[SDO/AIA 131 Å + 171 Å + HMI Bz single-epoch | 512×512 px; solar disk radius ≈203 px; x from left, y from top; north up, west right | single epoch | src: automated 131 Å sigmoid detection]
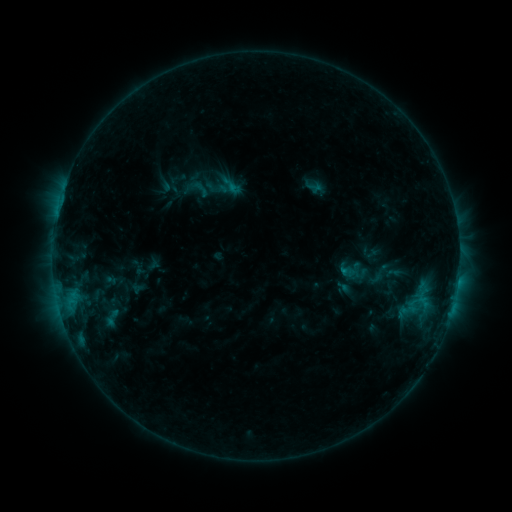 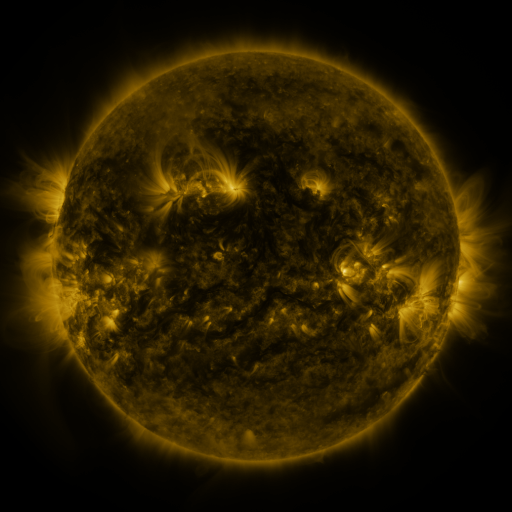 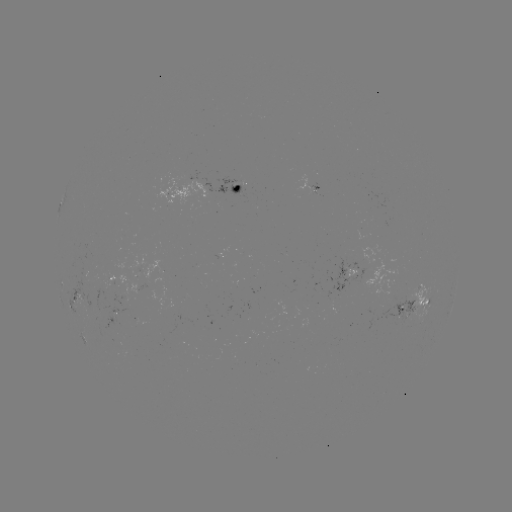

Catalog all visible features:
sigmoid: <bbox>204, 169, 237, 202</bbox>
sigmoid: <bbox>96, 307, 128, 328</bbox>
